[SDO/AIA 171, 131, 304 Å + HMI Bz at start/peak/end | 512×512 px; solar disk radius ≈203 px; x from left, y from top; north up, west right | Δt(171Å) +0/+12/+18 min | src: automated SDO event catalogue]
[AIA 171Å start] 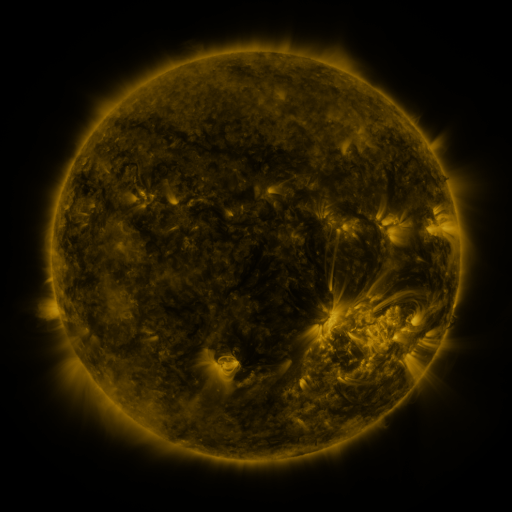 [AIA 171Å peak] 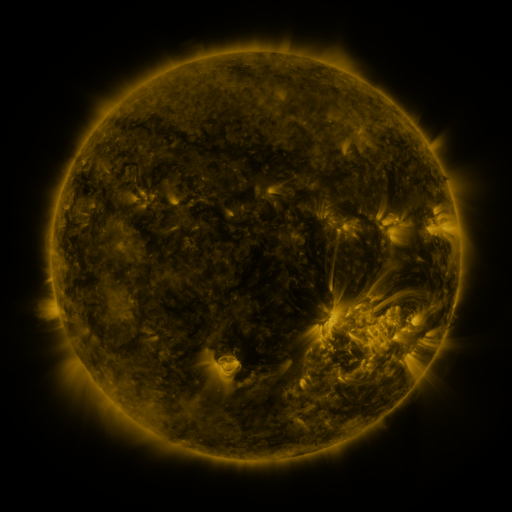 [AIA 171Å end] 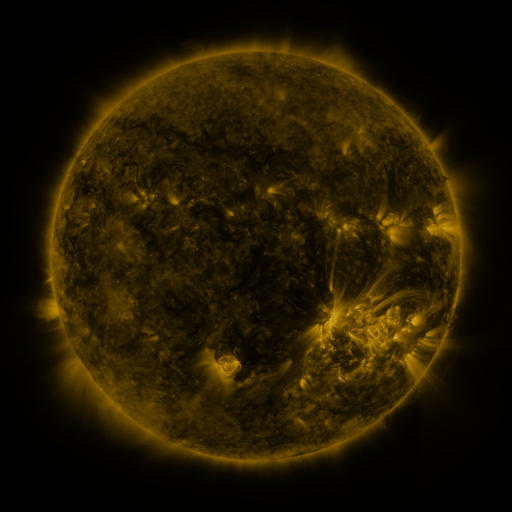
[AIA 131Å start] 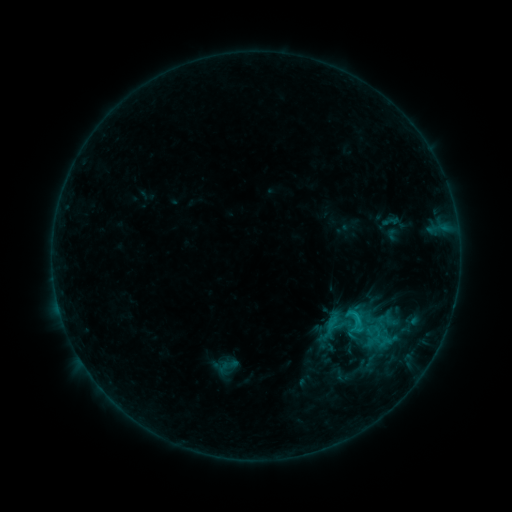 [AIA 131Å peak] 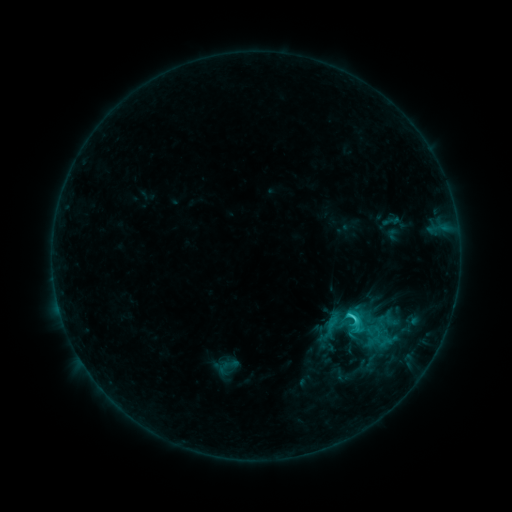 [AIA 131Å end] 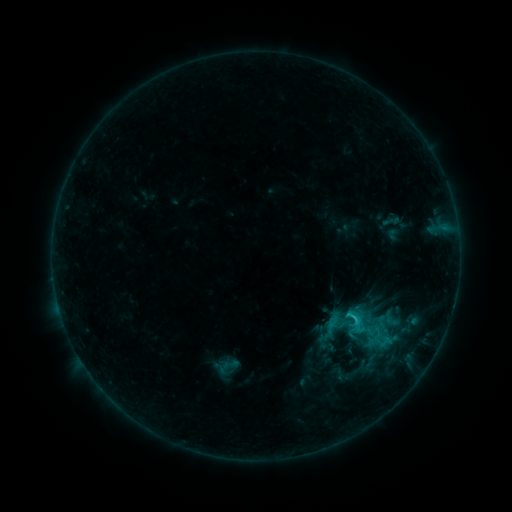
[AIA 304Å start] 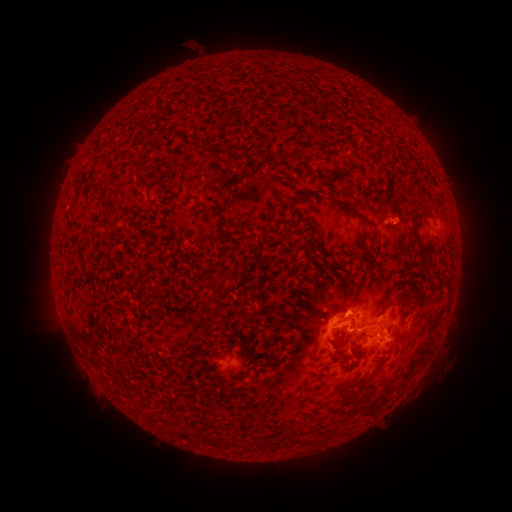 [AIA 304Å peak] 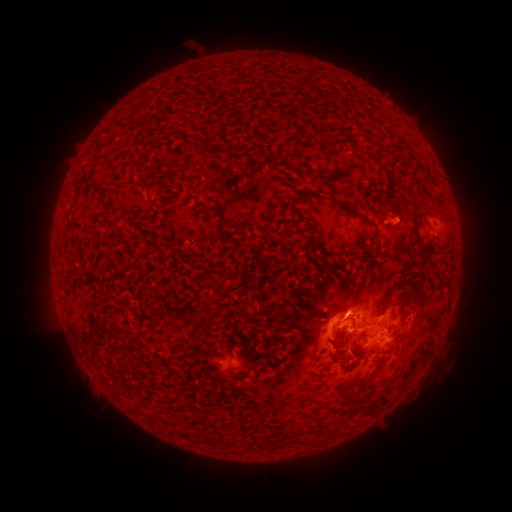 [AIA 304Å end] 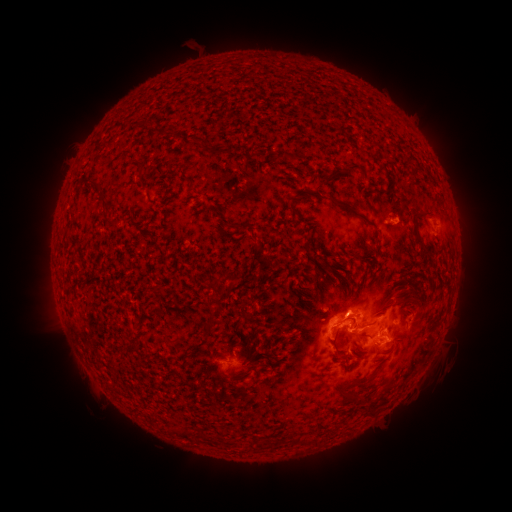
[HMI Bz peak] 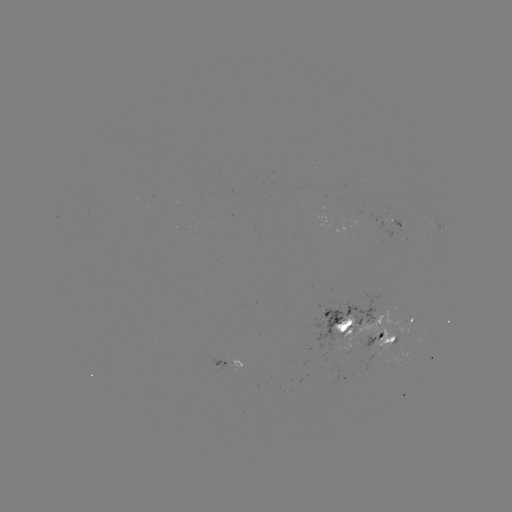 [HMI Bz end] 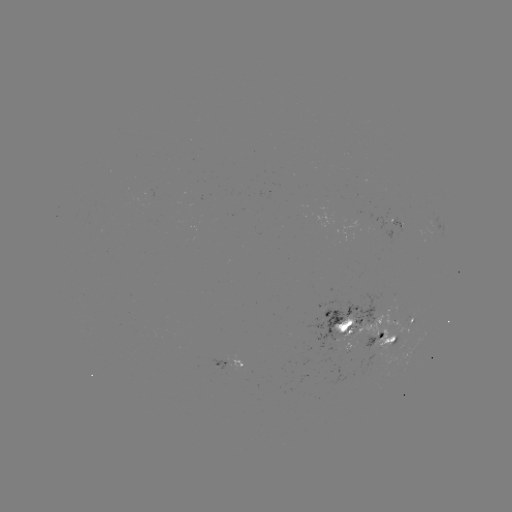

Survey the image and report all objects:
C2.4 flare: (349, 314)
